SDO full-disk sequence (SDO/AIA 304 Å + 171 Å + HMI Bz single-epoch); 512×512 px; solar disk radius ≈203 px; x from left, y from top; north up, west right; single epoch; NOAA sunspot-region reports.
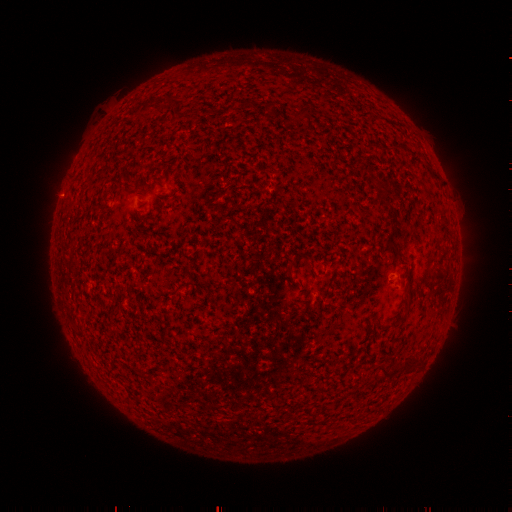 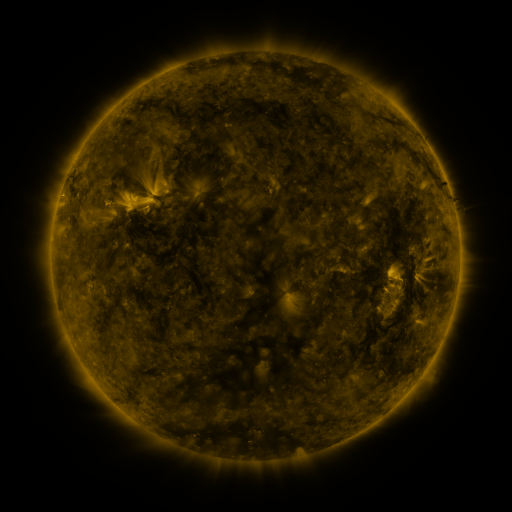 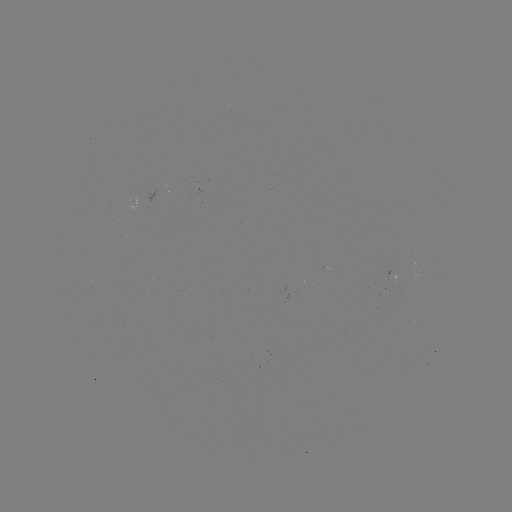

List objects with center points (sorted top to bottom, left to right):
(none)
